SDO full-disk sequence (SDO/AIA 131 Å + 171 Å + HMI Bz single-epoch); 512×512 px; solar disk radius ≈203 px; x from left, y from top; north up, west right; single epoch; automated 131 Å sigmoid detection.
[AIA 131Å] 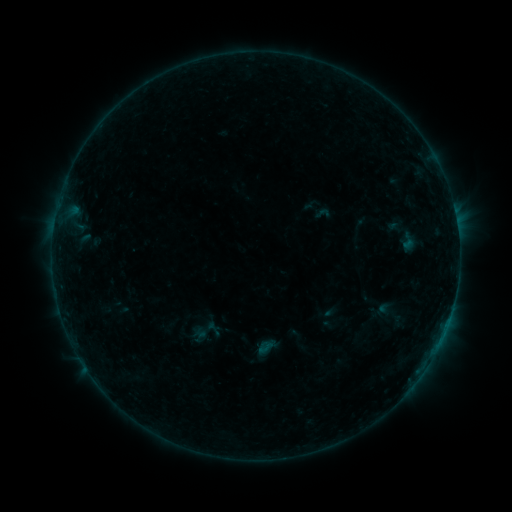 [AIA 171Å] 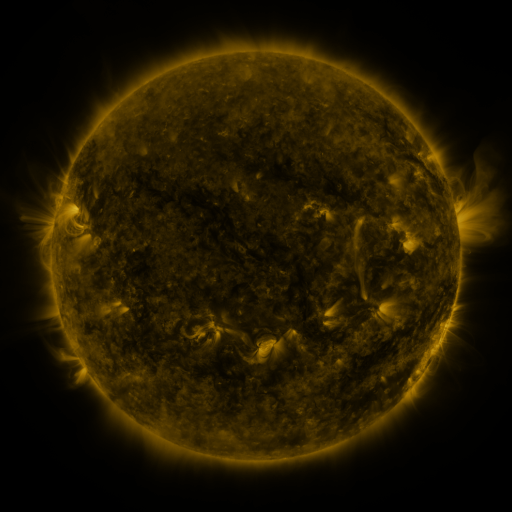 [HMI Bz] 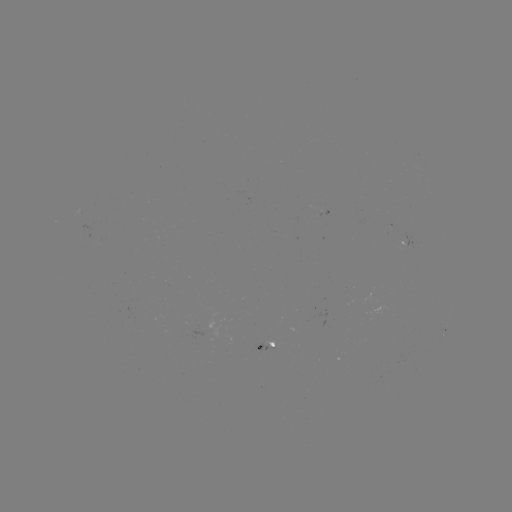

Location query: sigmoid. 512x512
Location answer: (323, 213).